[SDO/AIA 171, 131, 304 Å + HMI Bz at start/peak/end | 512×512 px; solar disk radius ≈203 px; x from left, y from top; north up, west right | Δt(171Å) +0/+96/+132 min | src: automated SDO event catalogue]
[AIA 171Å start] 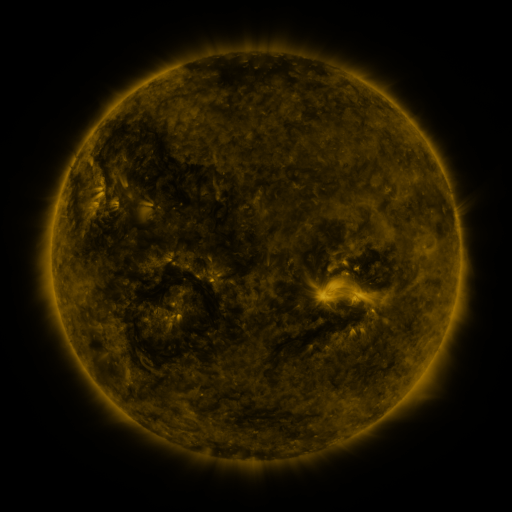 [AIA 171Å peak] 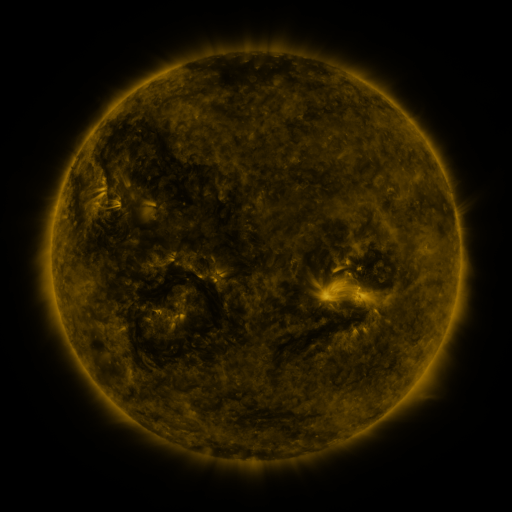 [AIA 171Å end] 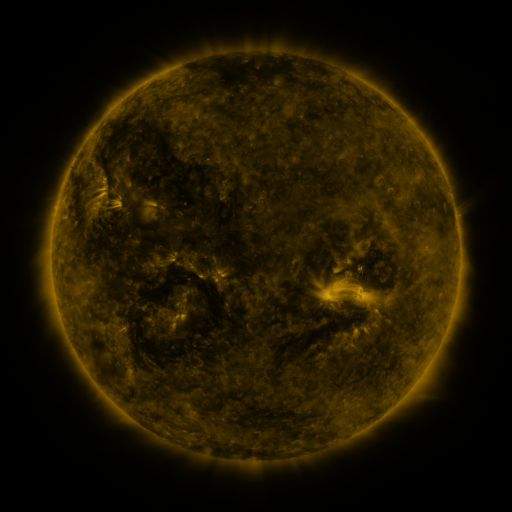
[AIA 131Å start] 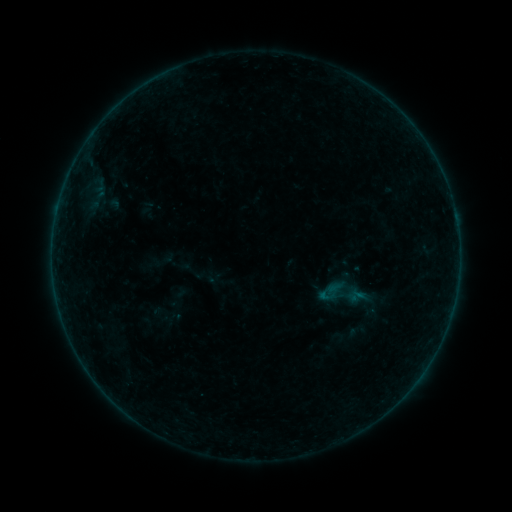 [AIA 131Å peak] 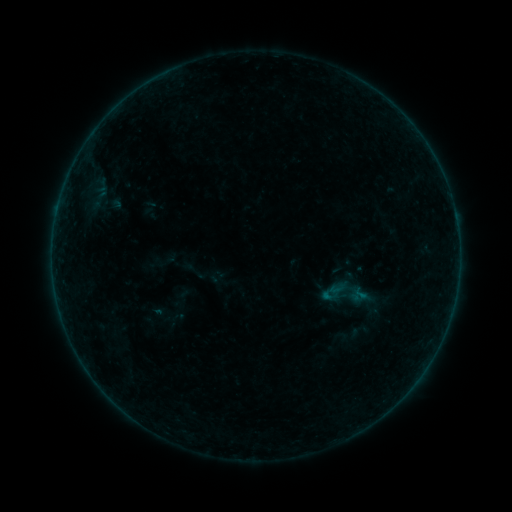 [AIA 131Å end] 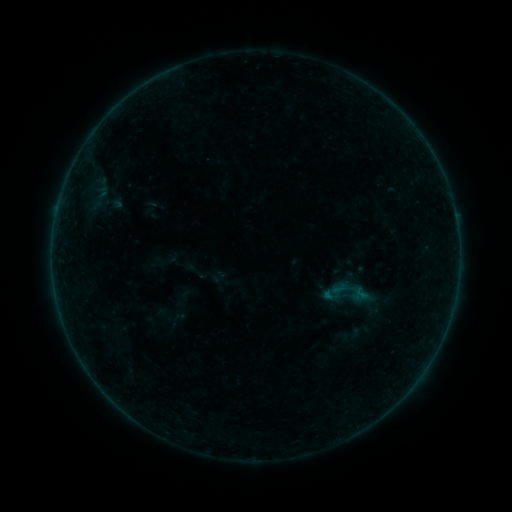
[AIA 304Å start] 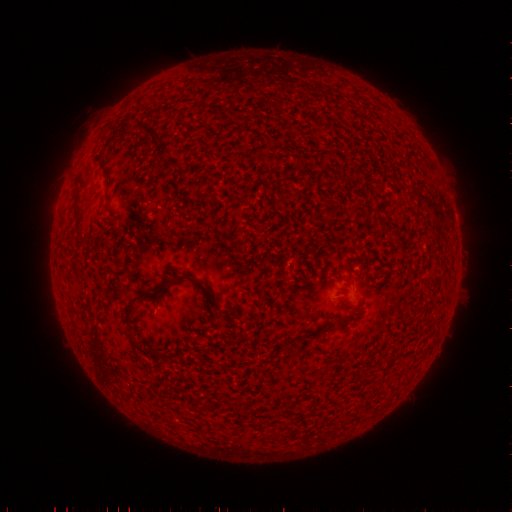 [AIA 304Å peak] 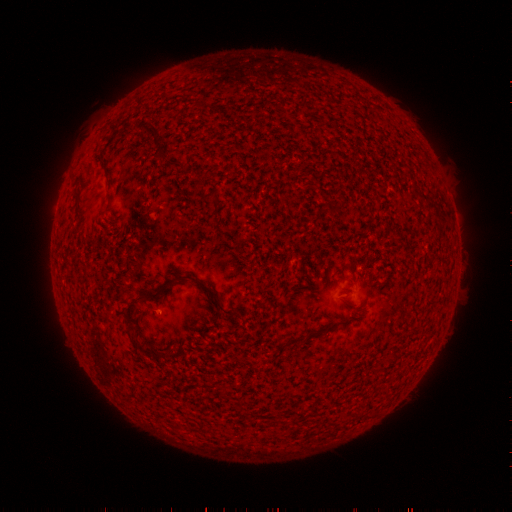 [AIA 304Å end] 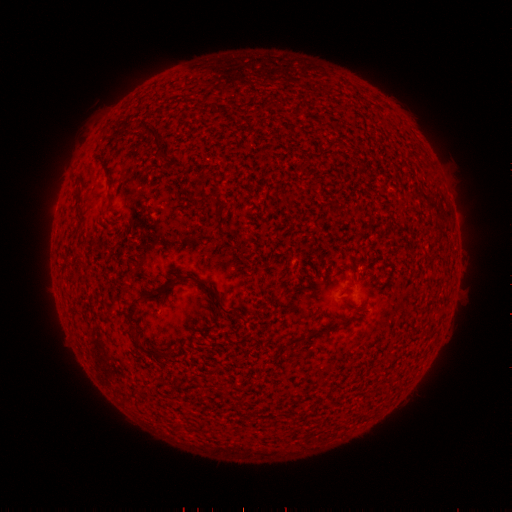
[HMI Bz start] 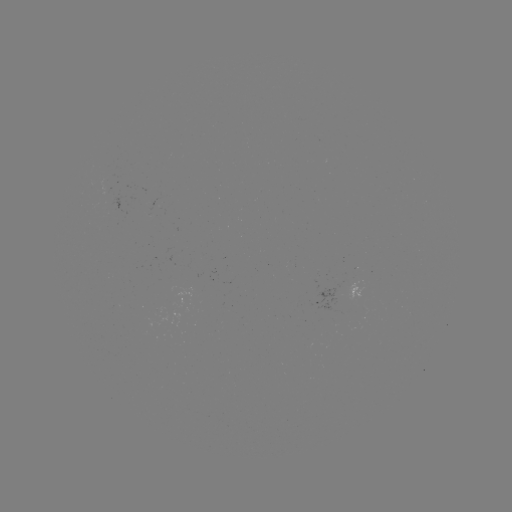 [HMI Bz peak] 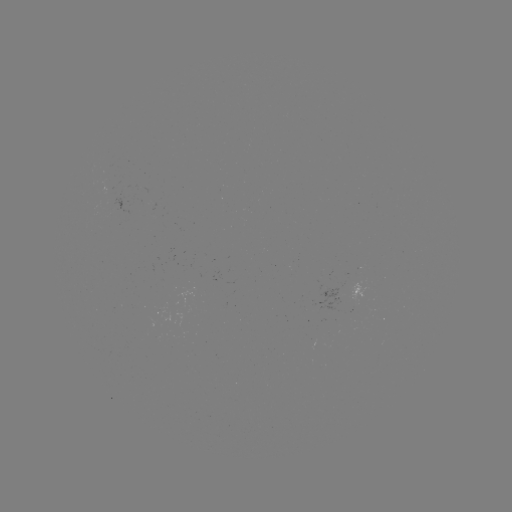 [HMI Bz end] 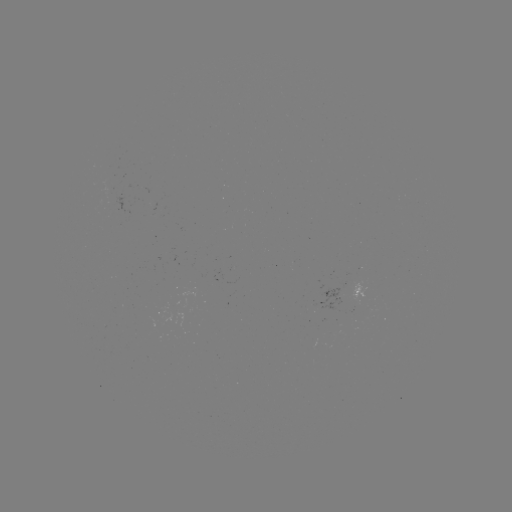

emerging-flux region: [102, 184, 113, 195]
